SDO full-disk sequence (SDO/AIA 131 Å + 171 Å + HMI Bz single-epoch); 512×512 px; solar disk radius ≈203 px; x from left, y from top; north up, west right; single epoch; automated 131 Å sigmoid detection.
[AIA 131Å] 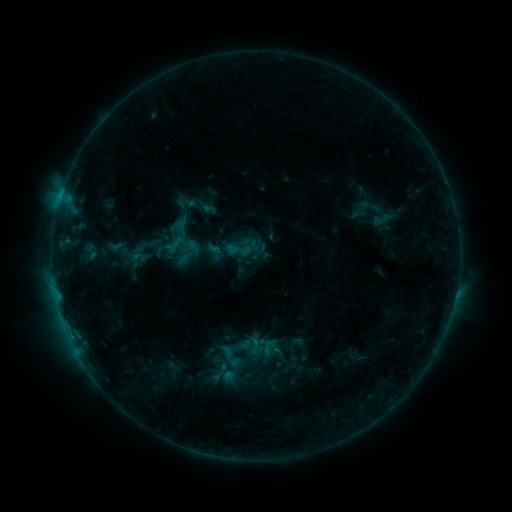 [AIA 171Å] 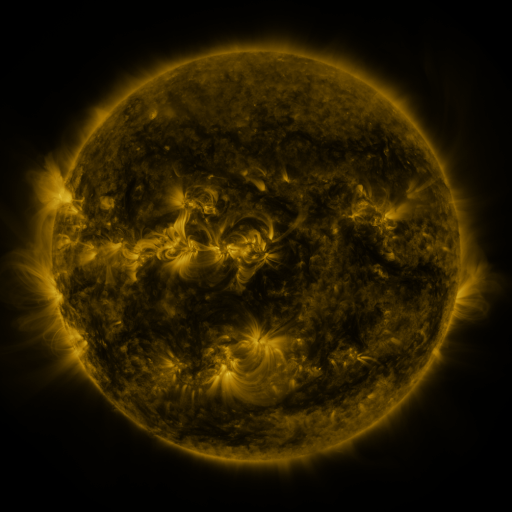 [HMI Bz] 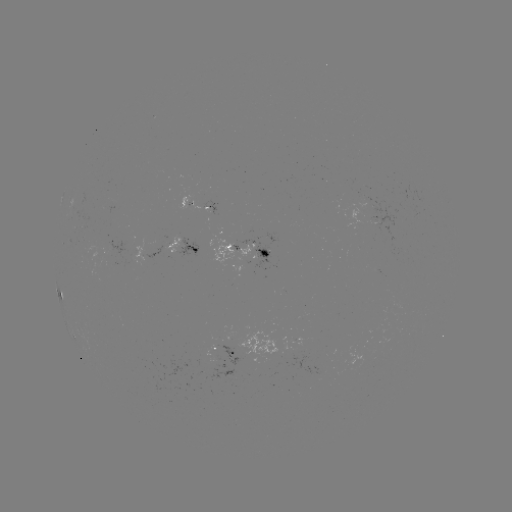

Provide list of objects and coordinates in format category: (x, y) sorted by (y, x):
sigmoid: (239, 250)
sigmoid: (255, 345)
